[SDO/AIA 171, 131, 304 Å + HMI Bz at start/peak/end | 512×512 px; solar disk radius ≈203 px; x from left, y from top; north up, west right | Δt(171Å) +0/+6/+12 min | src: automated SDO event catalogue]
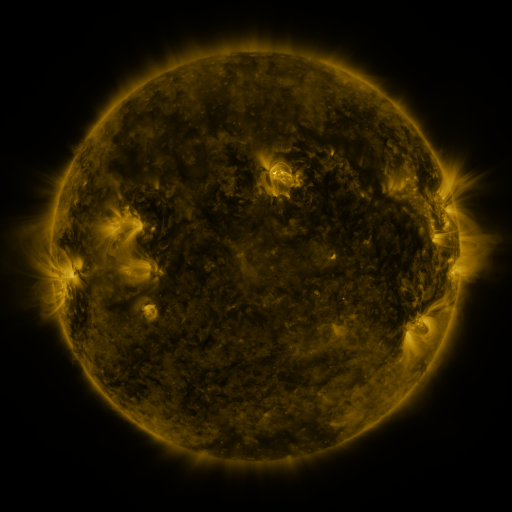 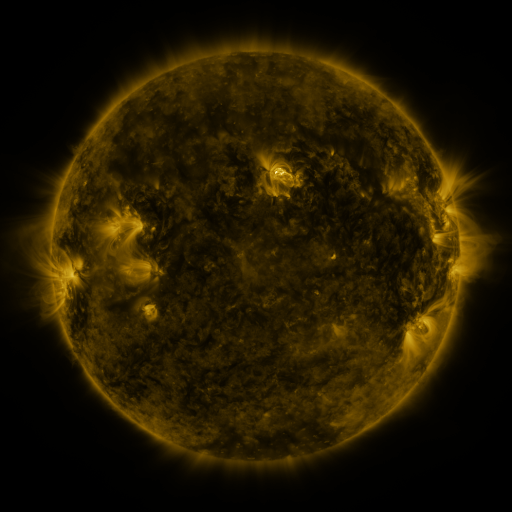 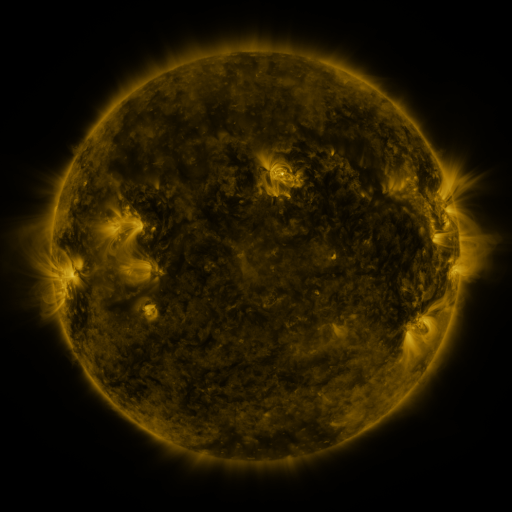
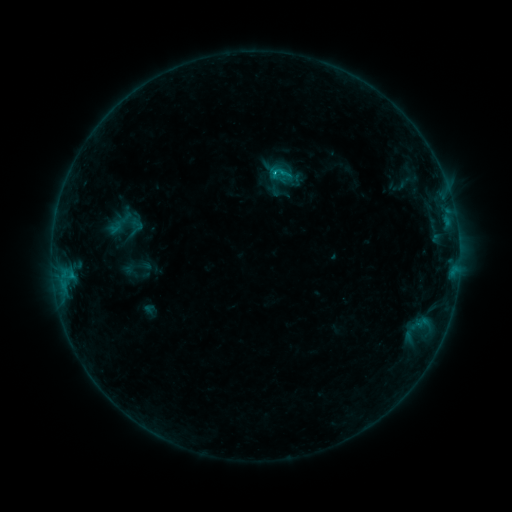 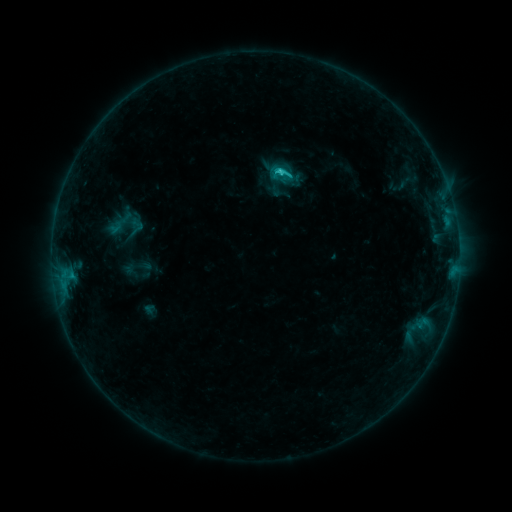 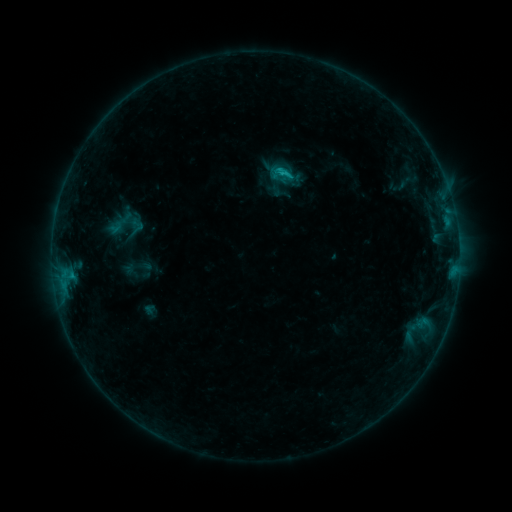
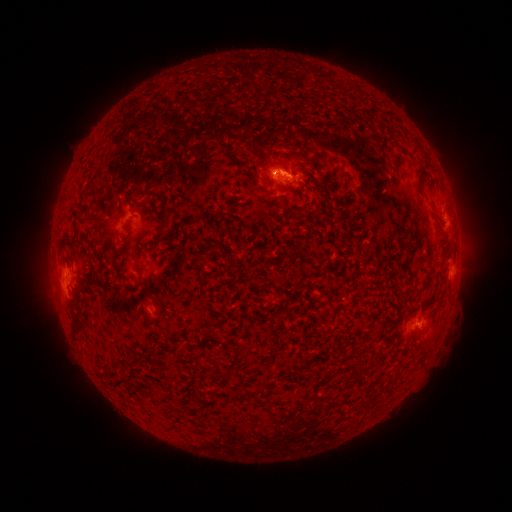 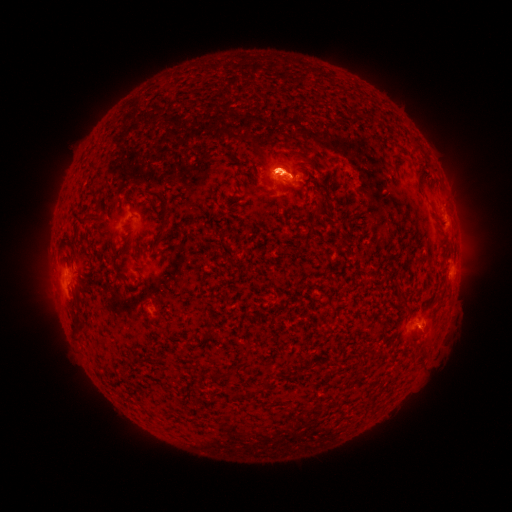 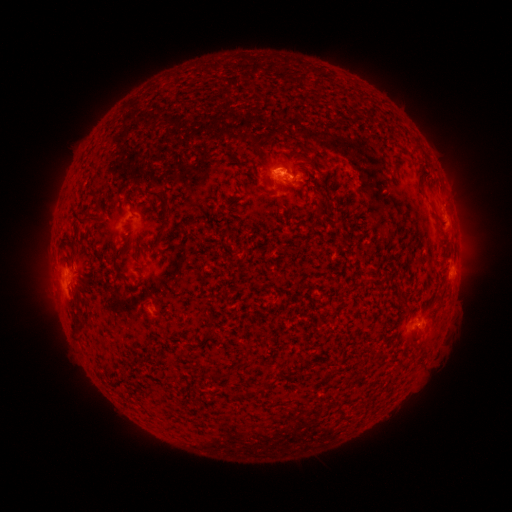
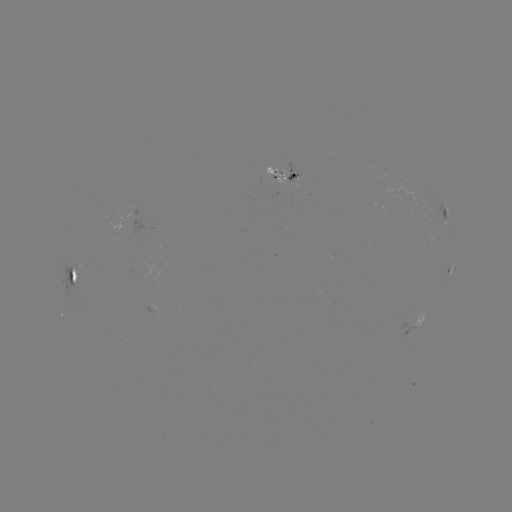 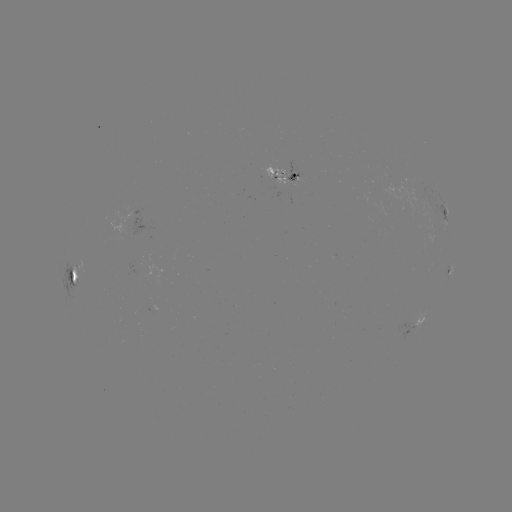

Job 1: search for eruption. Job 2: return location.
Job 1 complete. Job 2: (274, 161).